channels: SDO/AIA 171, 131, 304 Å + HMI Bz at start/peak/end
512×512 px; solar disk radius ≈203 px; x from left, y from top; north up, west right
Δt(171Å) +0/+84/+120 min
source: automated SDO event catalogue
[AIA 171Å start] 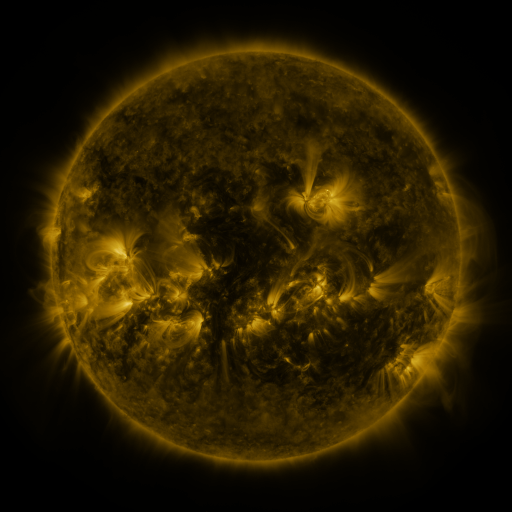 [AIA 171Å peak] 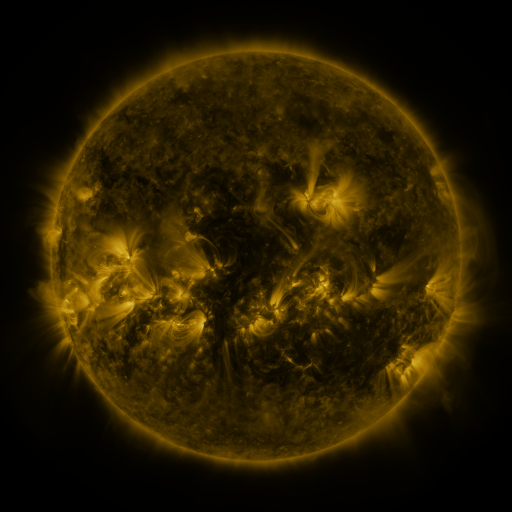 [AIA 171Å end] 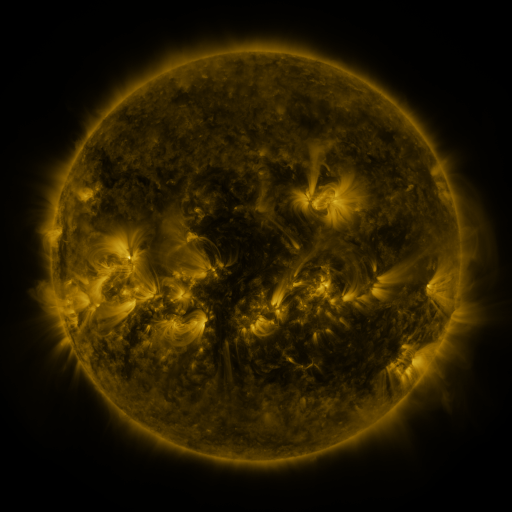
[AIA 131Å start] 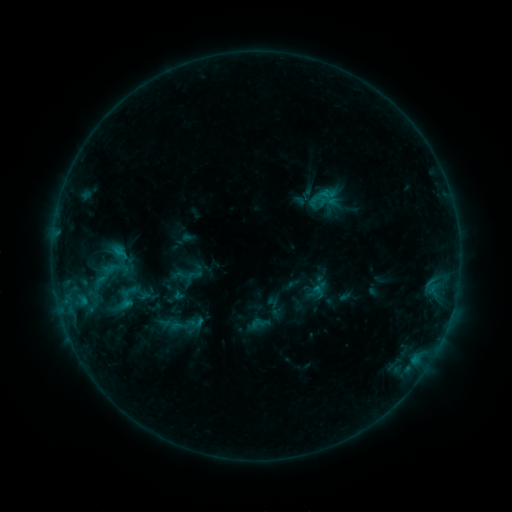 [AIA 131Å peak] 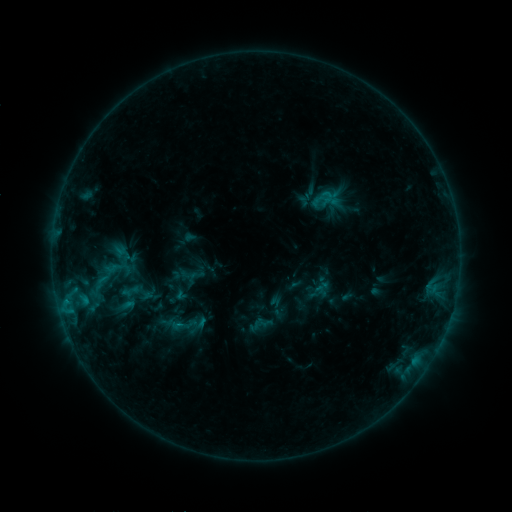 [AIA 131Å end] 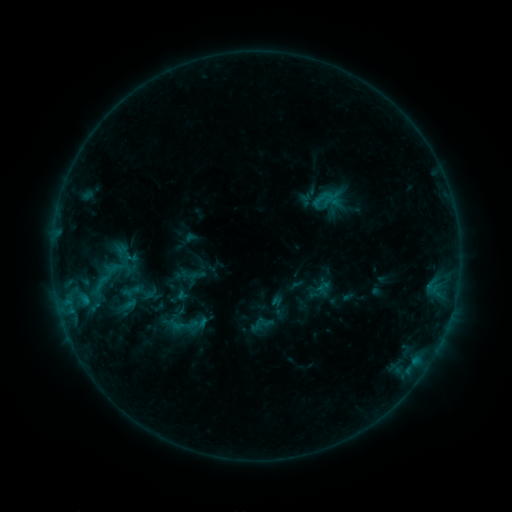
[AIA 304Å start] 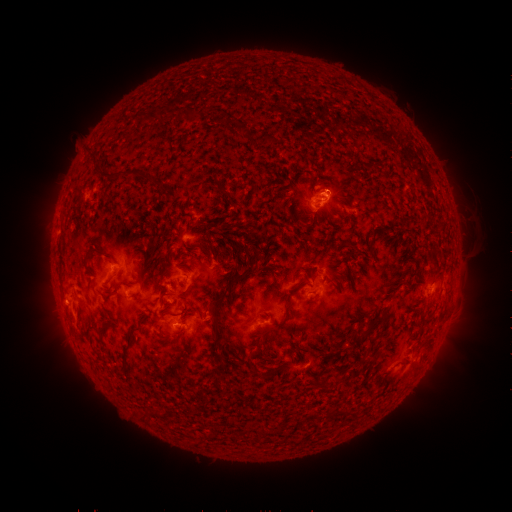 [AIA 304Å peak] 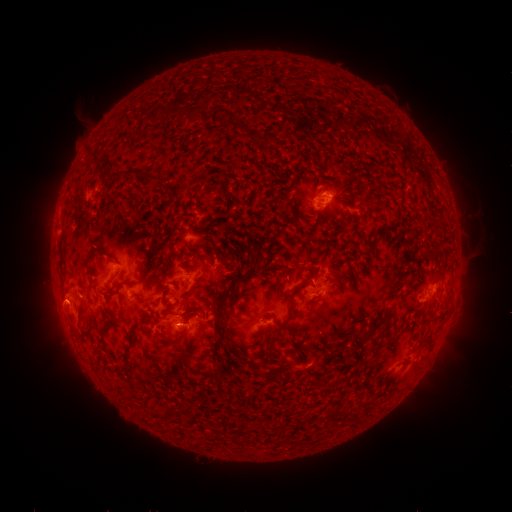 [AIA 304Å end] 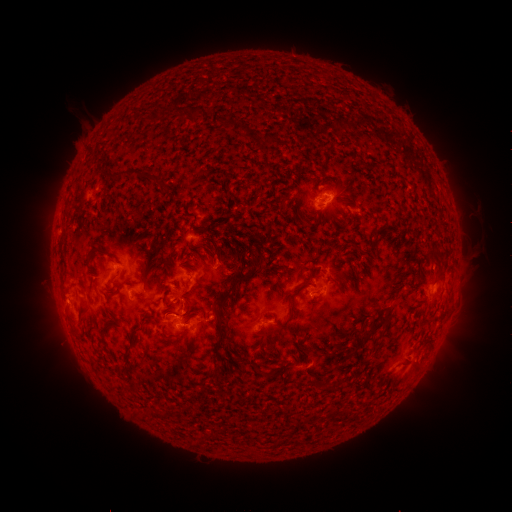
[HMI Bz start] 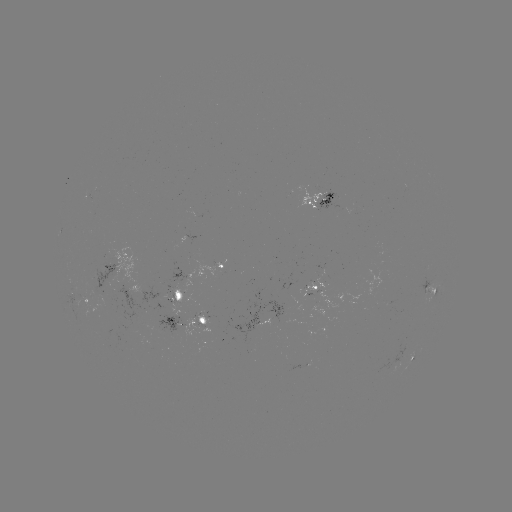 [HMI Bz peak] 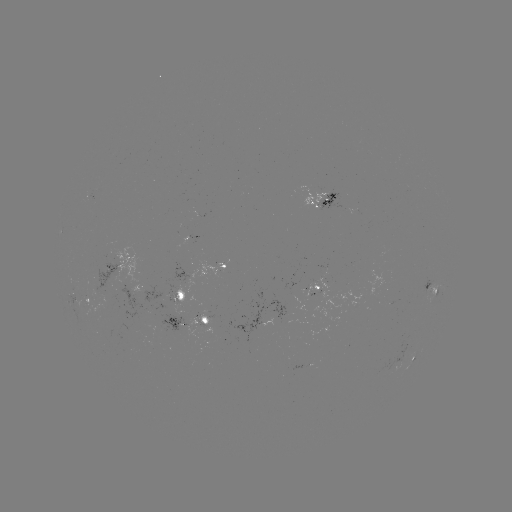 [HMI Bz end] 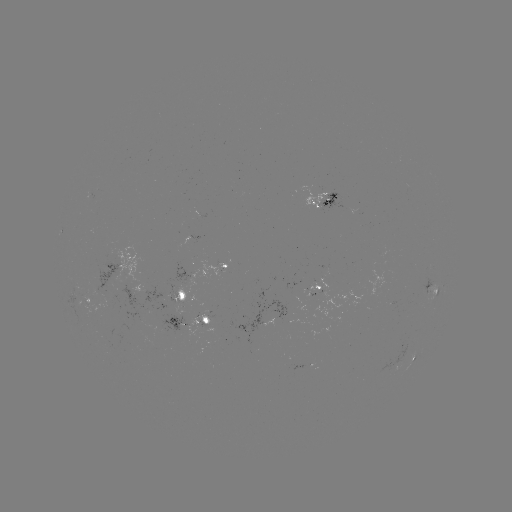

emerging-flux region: <bbox>89, 192, 95, 206</bbox>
